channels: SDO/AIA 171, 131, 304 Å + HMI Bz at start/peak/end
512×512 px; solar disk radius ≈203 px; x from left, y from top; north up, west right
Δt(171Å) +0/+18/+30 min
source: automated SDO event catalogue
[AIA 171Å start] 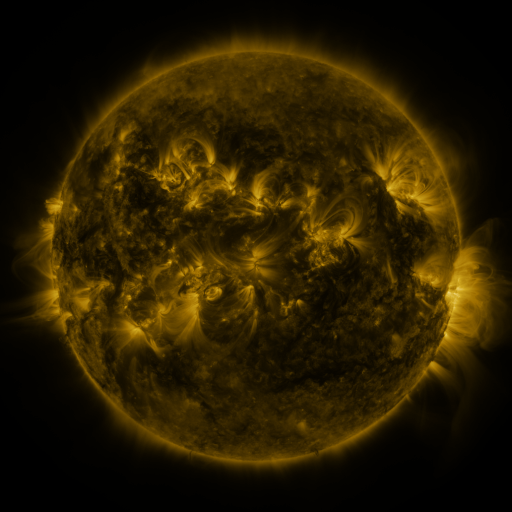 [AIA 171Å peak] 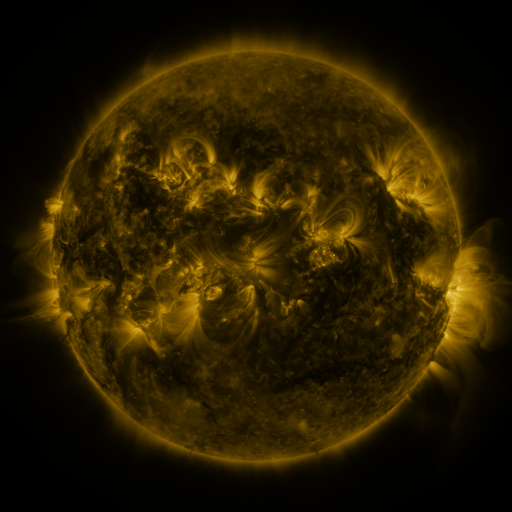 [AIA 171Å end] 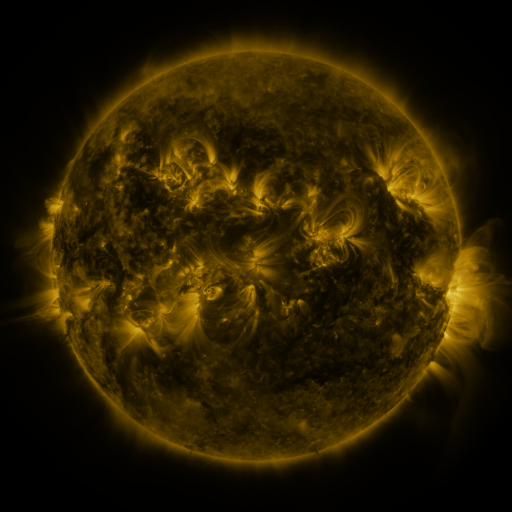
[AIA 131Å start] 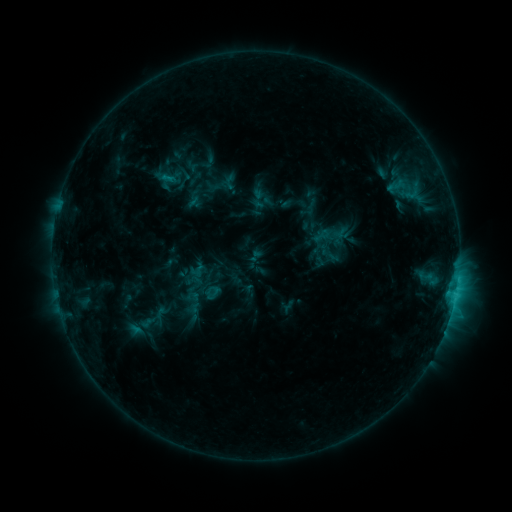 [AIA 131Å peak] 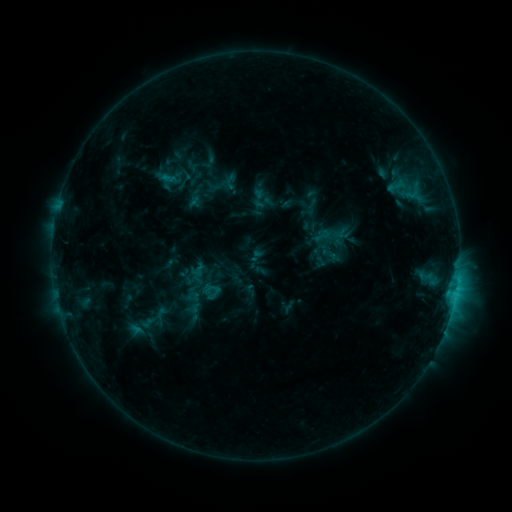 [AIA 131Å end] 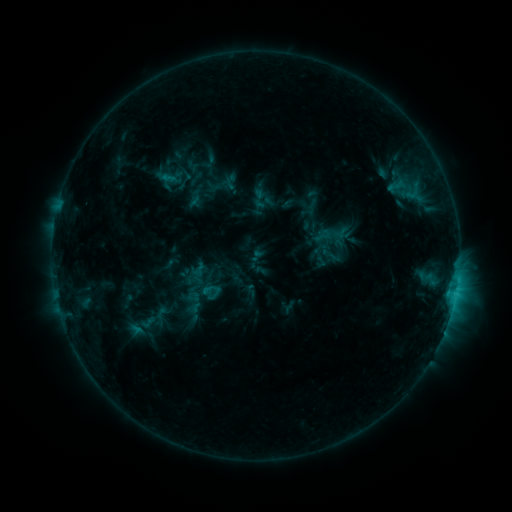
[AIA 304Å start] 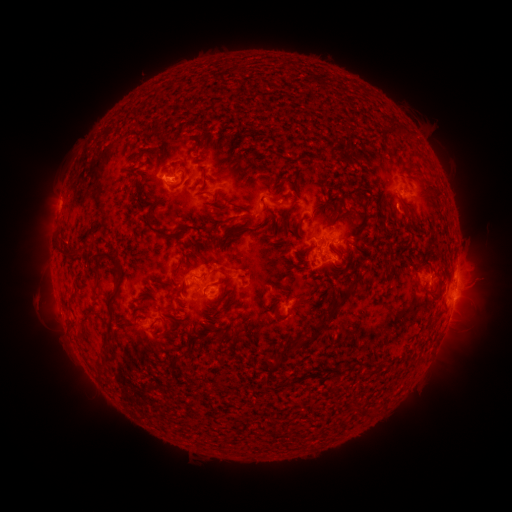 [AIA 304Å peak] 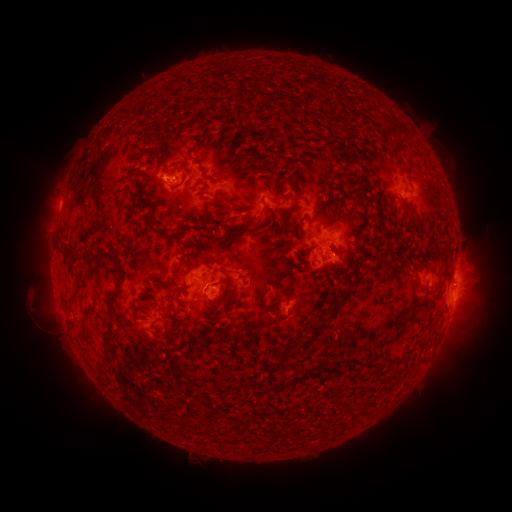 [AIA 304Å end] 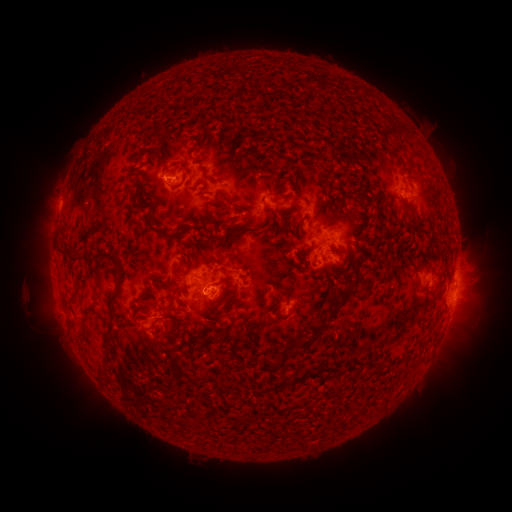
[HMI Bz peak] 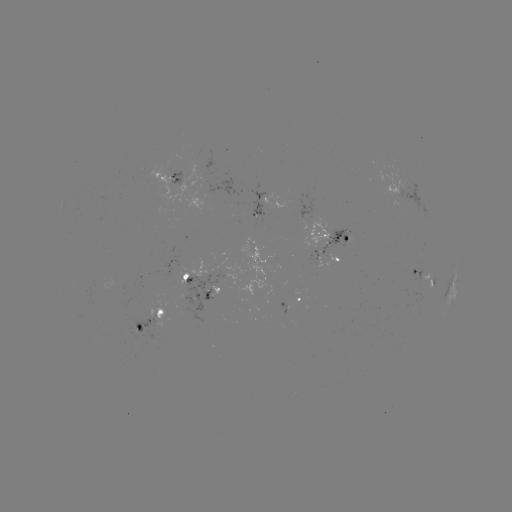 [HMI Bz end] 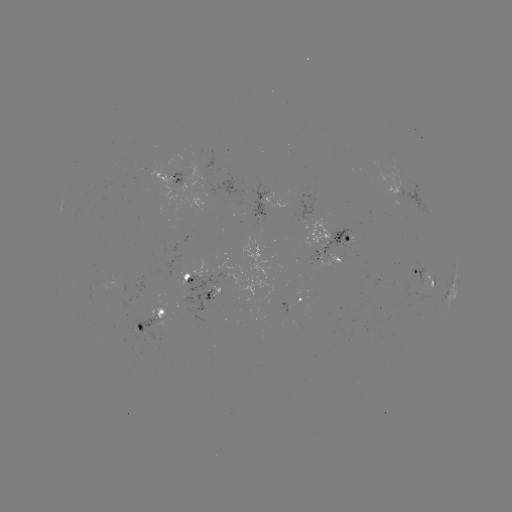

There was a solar eruption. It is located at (33, 303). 